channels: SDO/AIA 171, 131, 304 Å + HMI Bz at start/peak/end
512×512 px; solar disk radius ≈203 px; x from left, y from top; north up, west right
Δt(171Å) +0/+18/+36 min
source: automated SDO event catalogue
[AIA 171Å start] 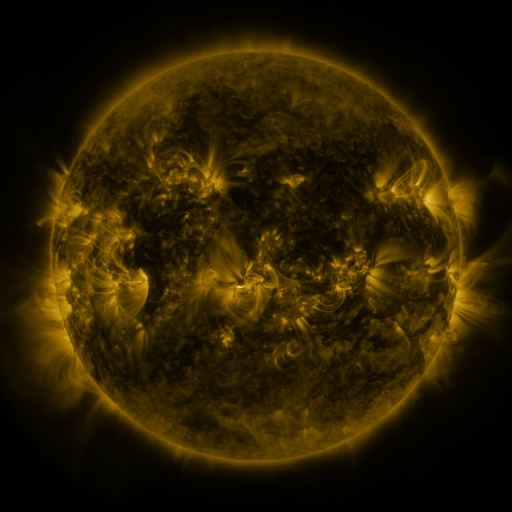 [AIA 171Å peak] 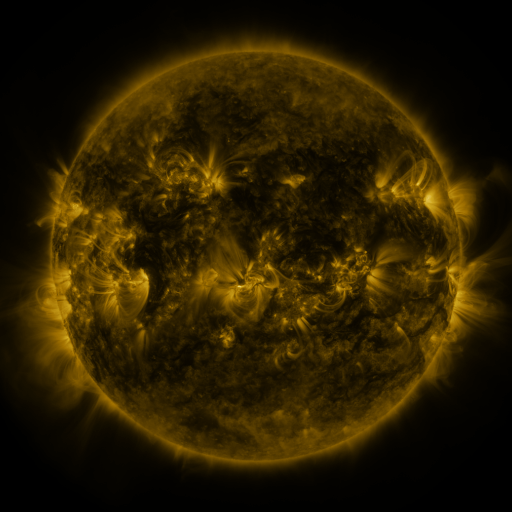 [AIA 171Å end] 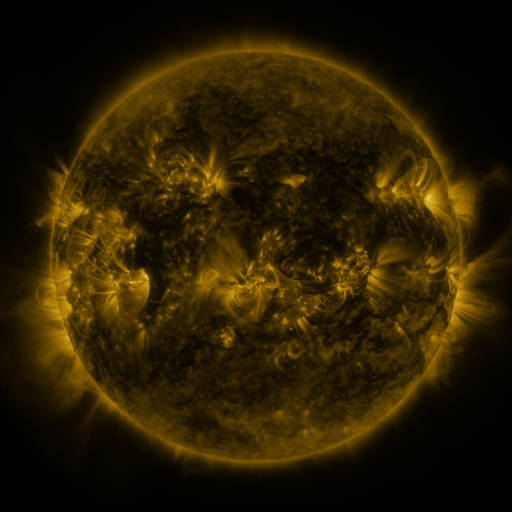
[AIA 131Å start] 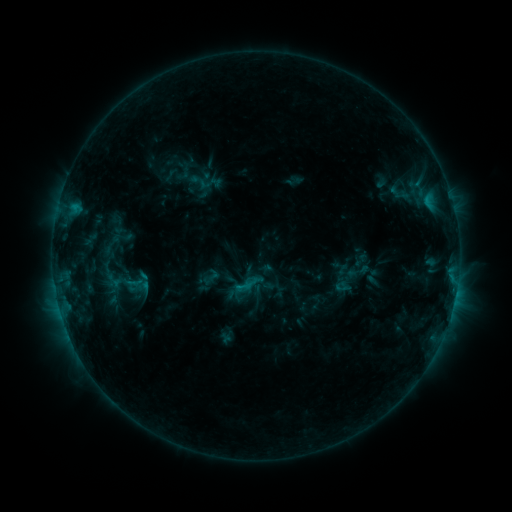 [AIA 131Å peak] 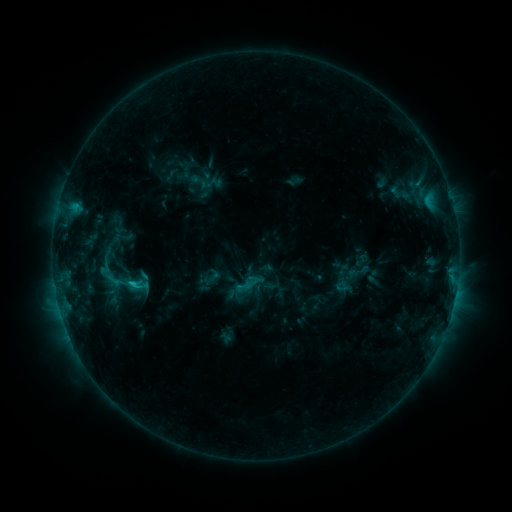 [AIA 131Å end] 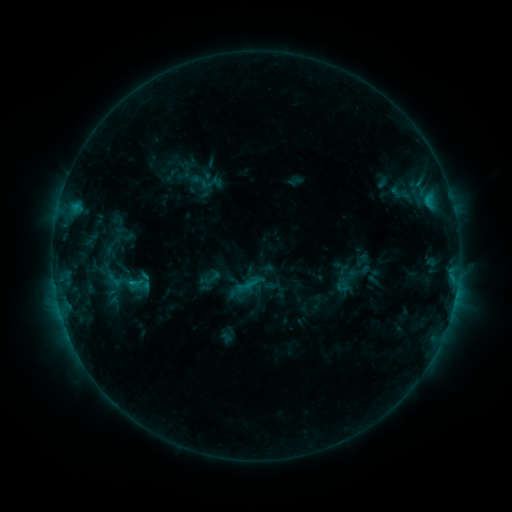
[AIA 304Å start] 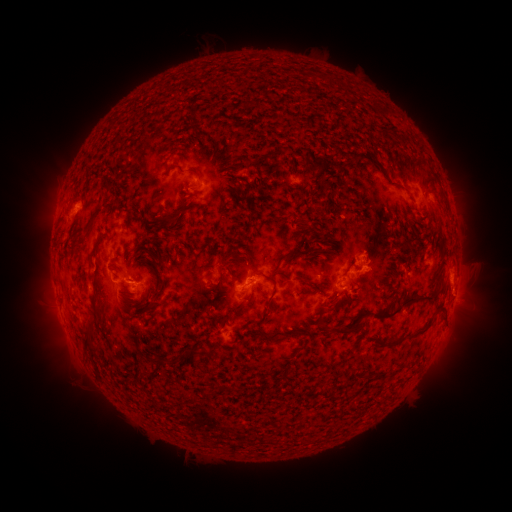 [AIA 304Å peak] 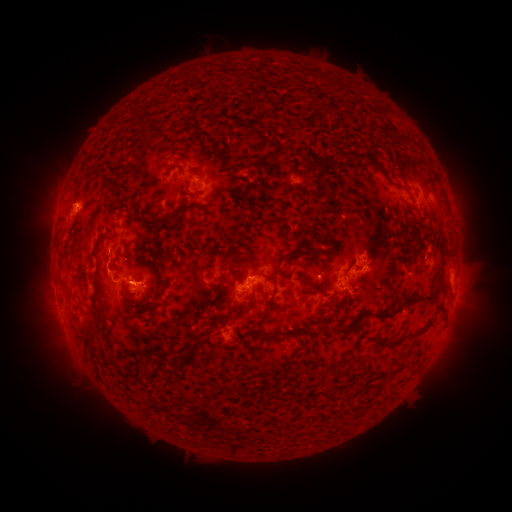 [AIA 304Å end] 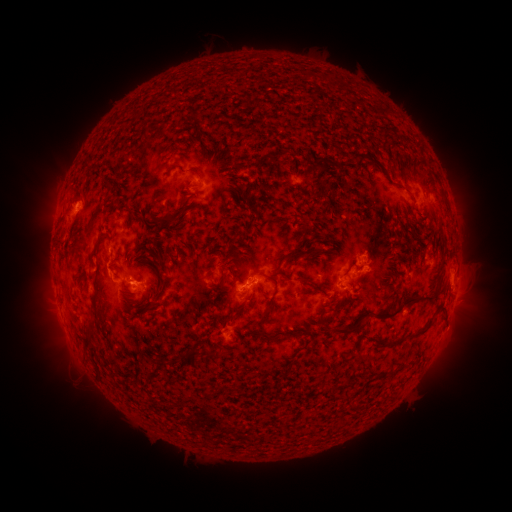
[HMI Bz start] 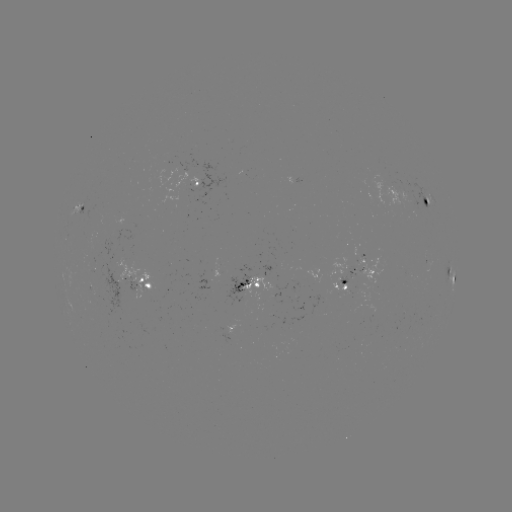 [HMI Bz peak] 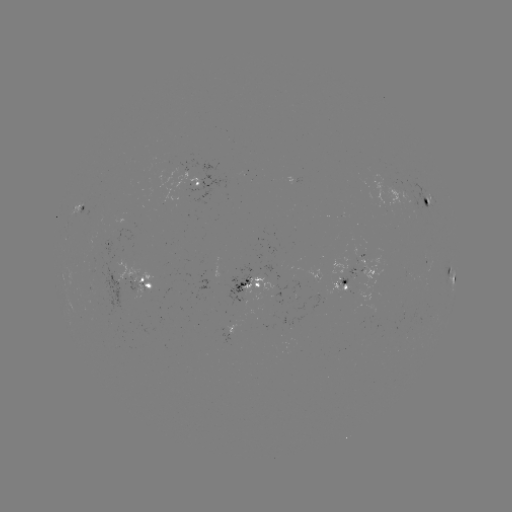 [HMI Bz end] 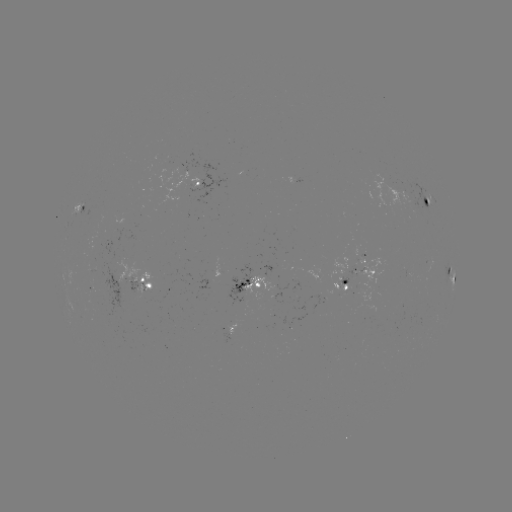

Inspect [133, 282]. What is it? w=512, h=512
C1.5 flare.